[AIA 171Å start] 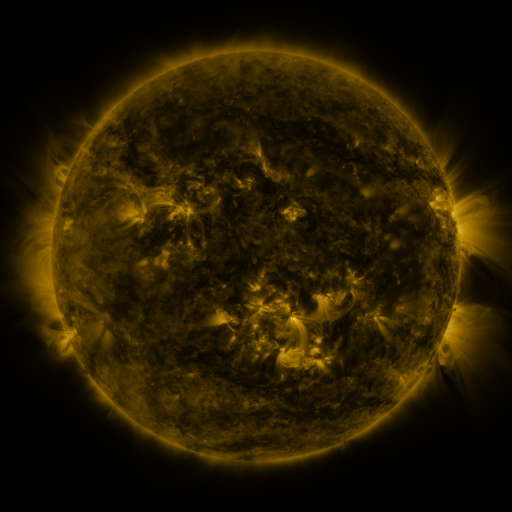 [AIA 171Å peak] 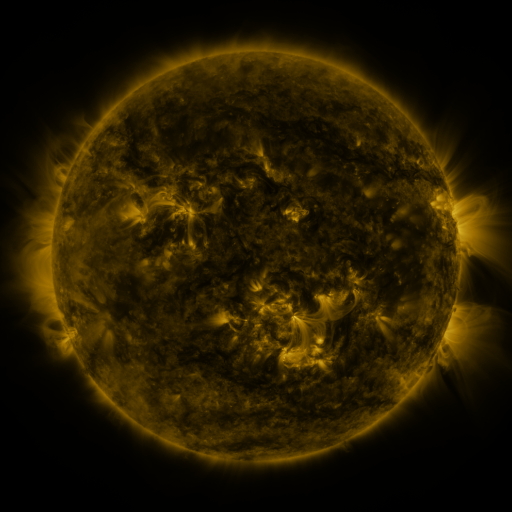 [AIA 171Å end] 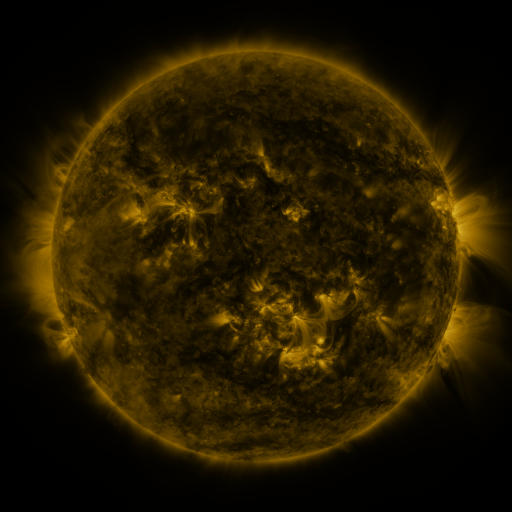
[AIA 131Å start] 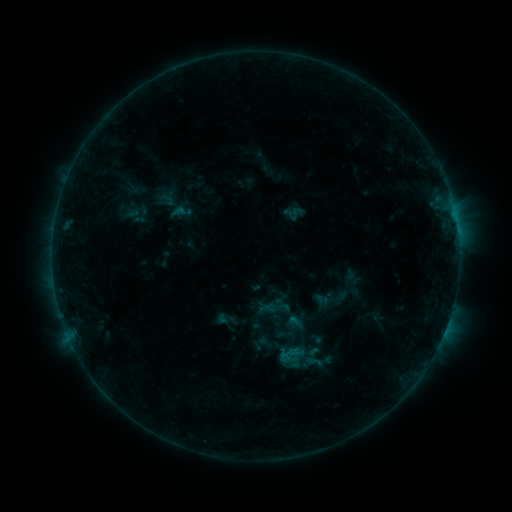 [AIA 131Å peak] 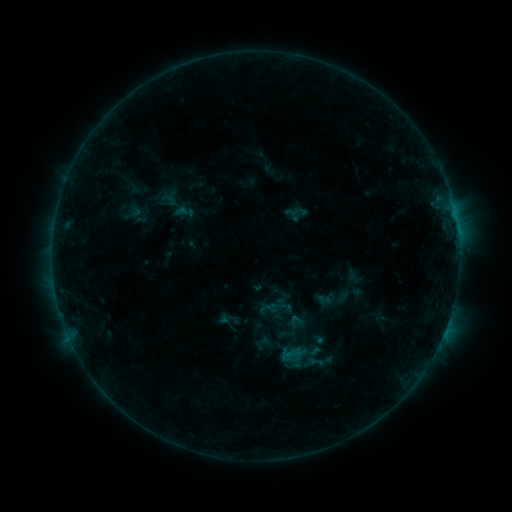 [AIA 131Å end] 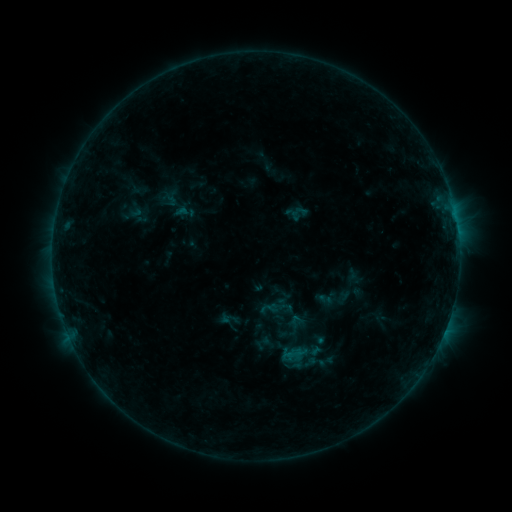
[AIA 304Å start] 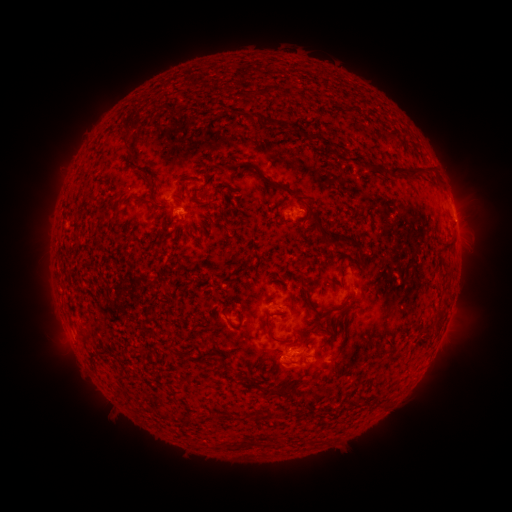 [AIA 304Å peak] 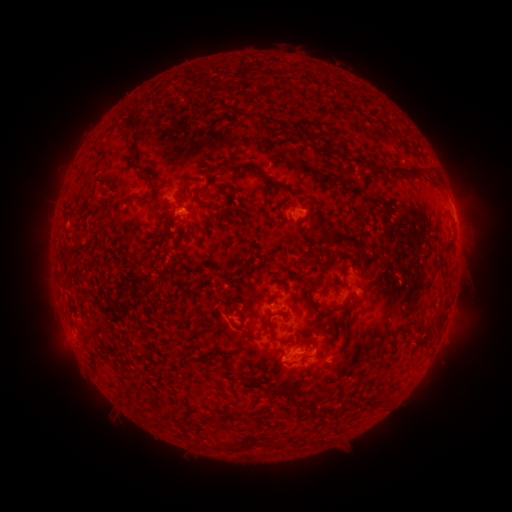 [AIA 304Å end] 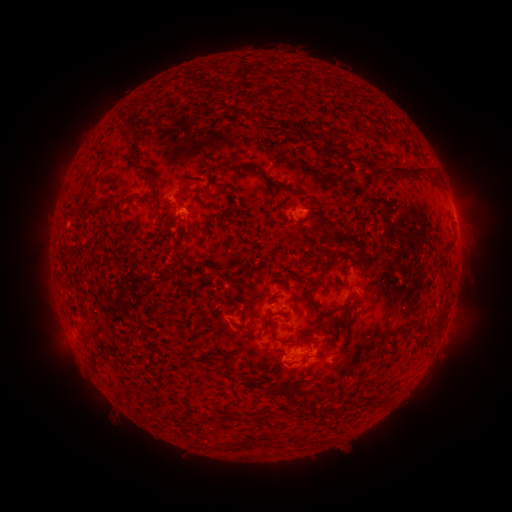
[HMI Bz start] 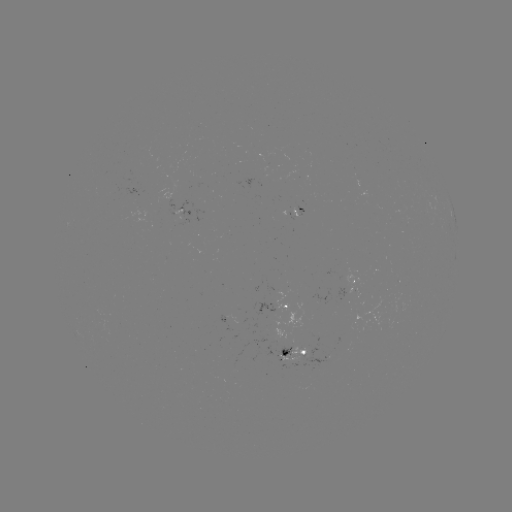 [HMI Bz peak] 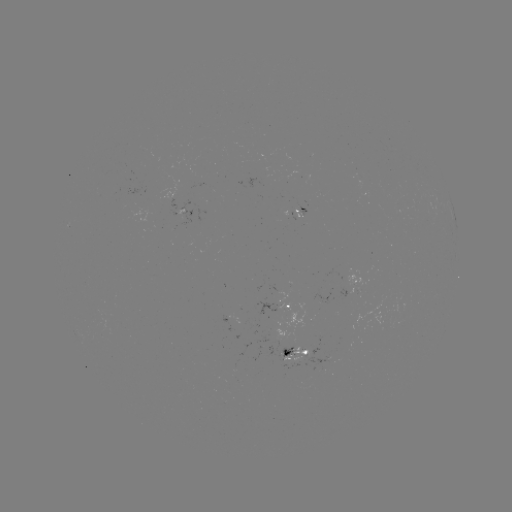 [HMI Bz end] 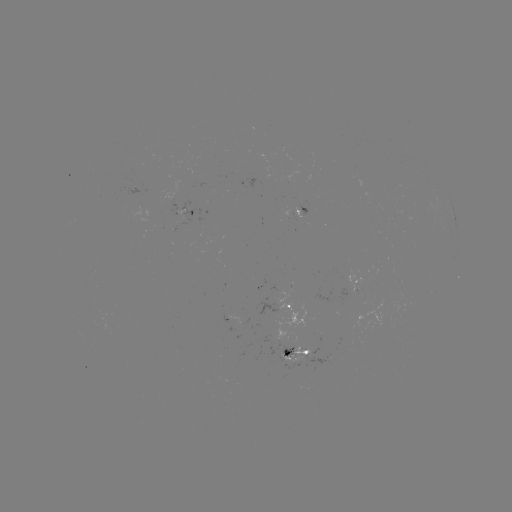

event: emerging-flux region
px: (296, 213)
